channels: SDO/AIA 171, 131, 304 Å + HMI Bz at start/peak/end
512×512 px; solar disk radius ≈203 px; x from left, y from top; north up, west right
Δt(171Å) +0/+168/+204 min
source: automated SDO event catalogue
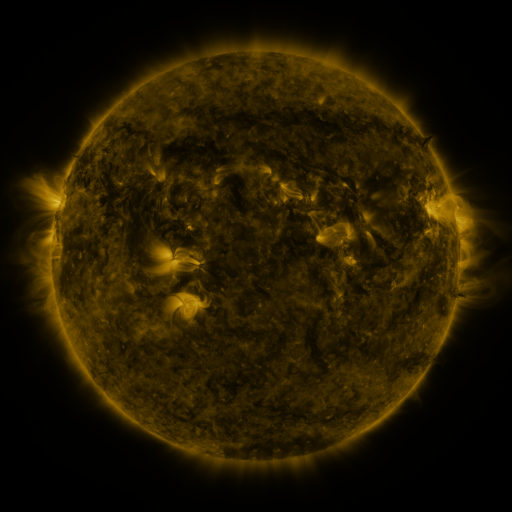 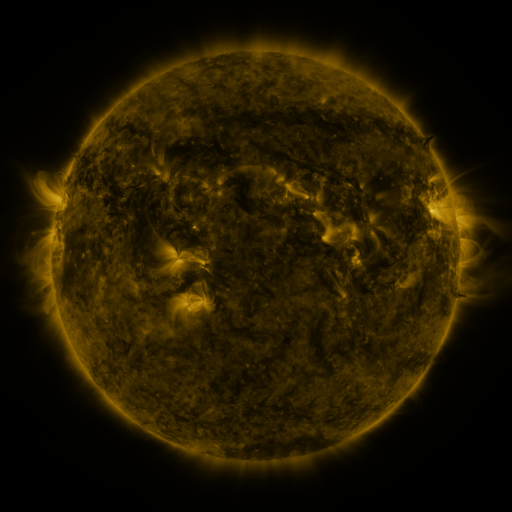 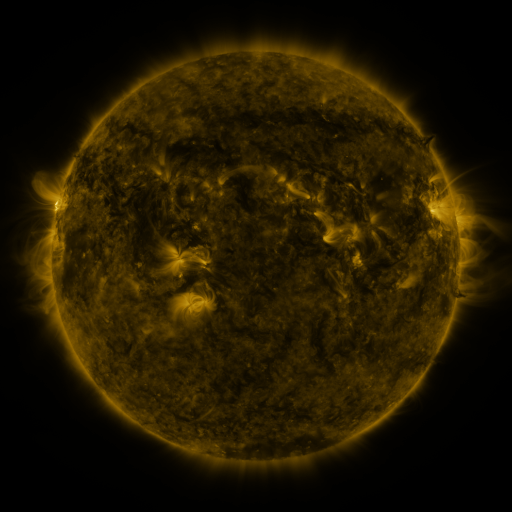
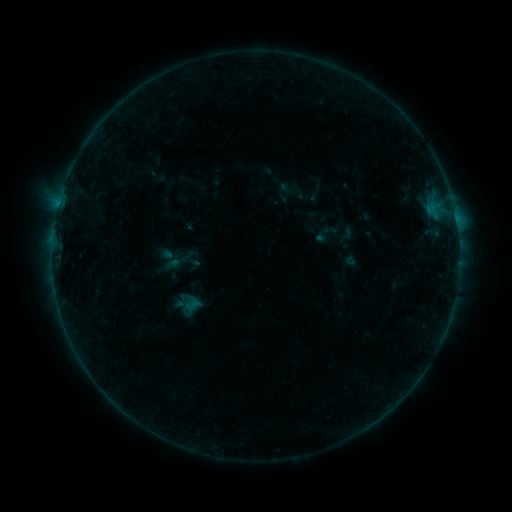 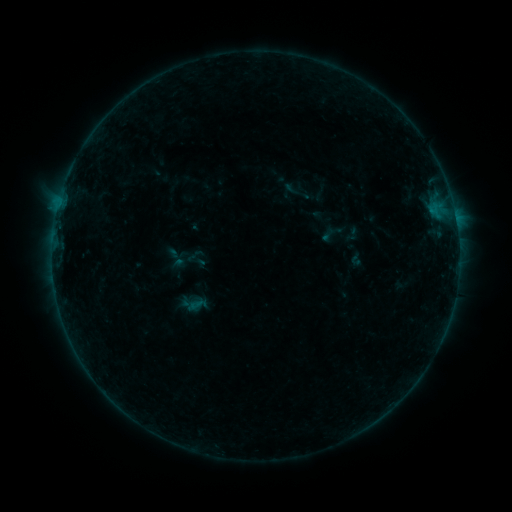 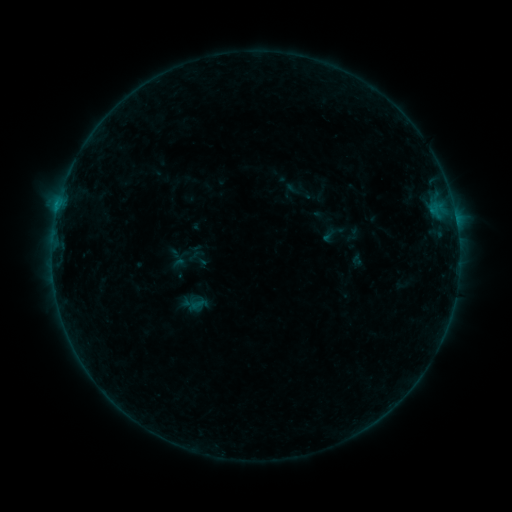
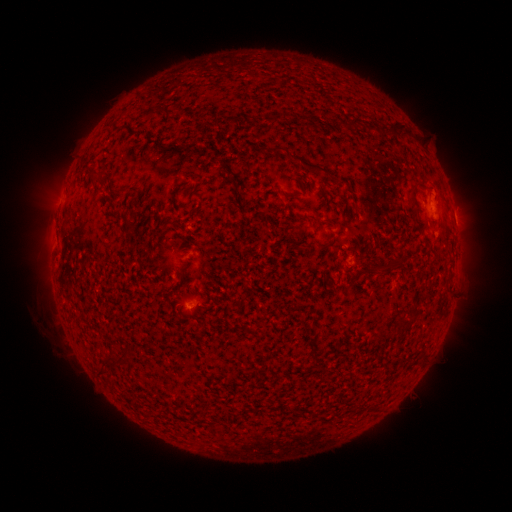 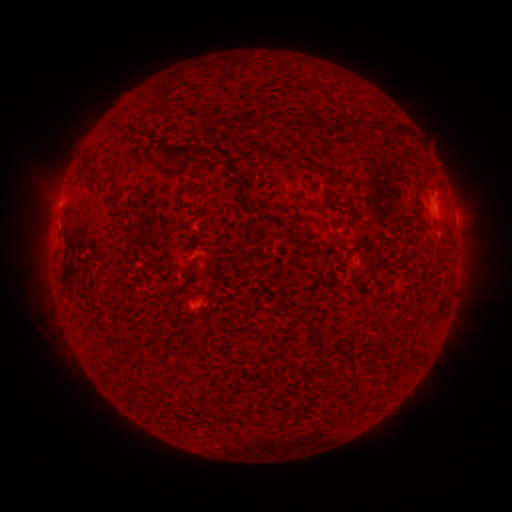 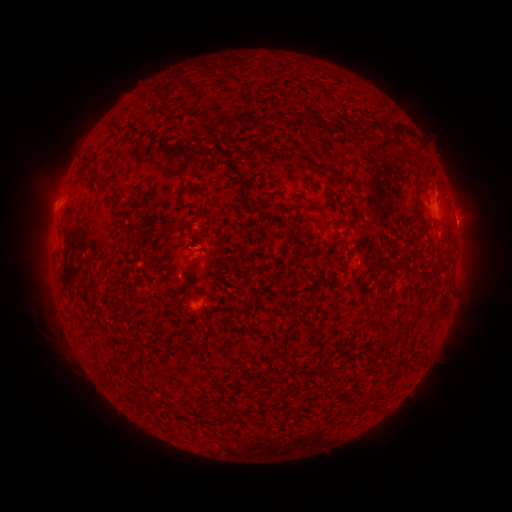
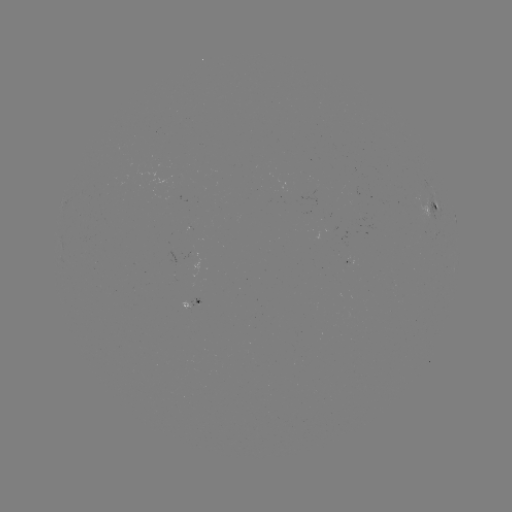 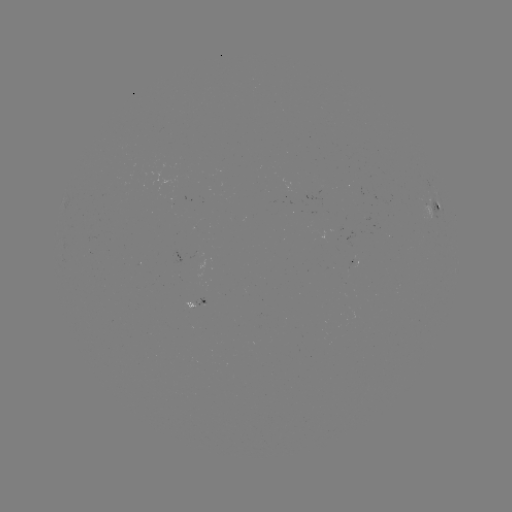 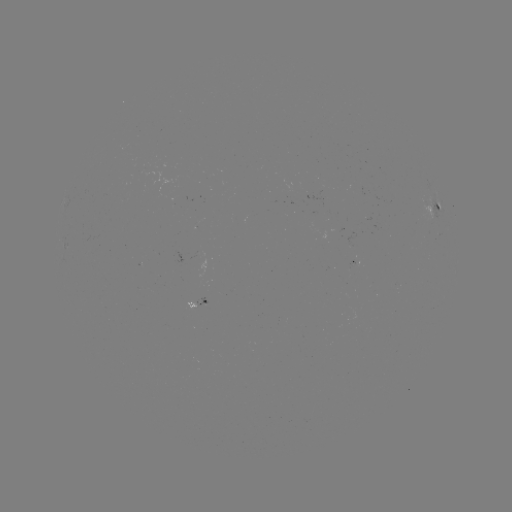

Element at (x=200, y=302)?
emerging-flux region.